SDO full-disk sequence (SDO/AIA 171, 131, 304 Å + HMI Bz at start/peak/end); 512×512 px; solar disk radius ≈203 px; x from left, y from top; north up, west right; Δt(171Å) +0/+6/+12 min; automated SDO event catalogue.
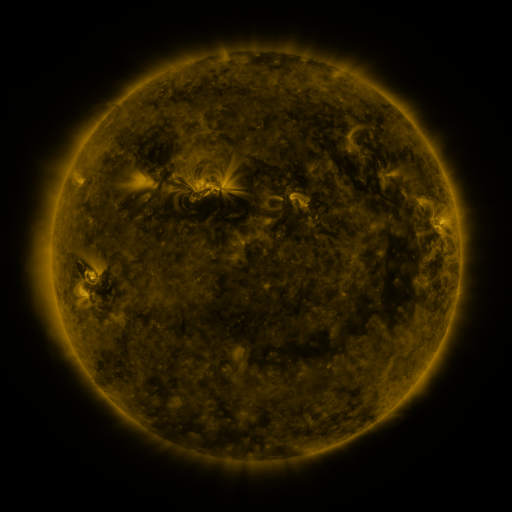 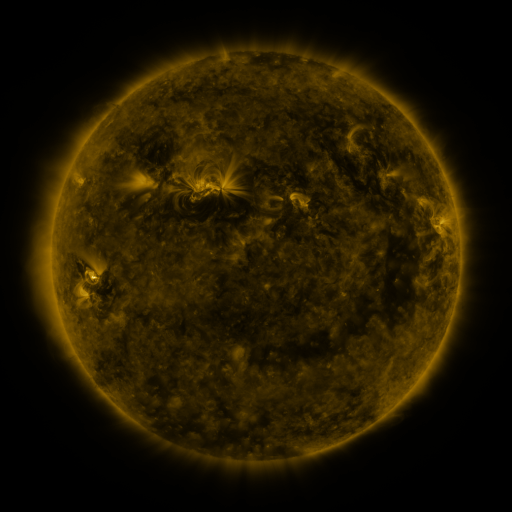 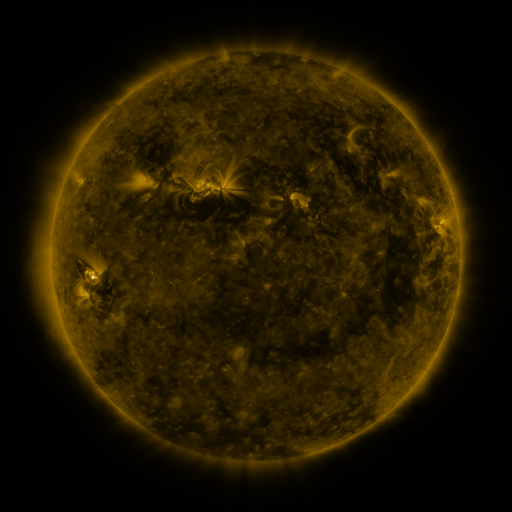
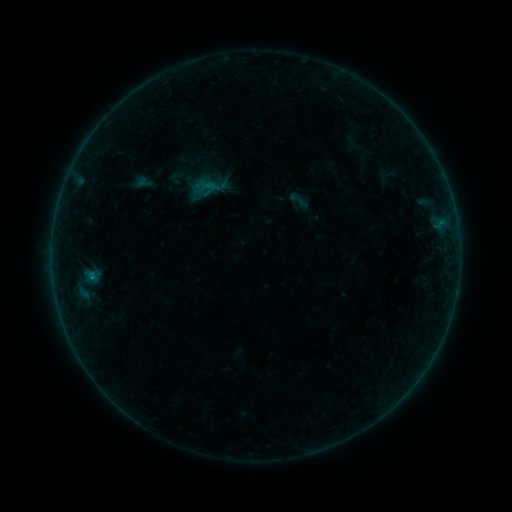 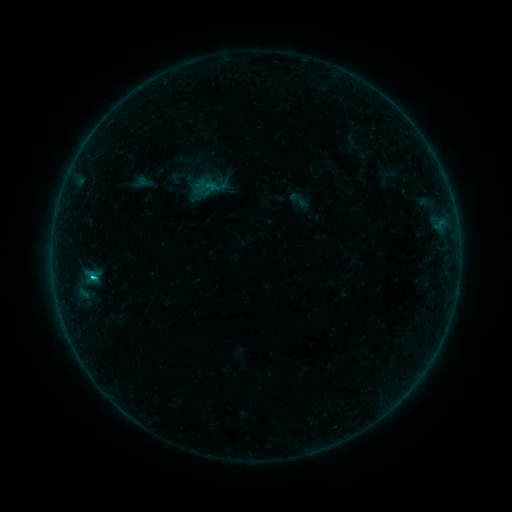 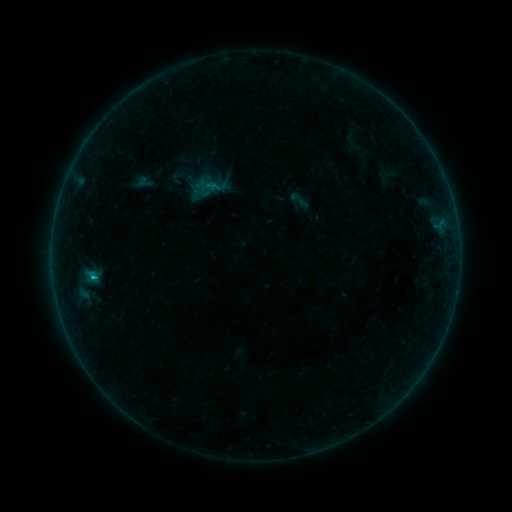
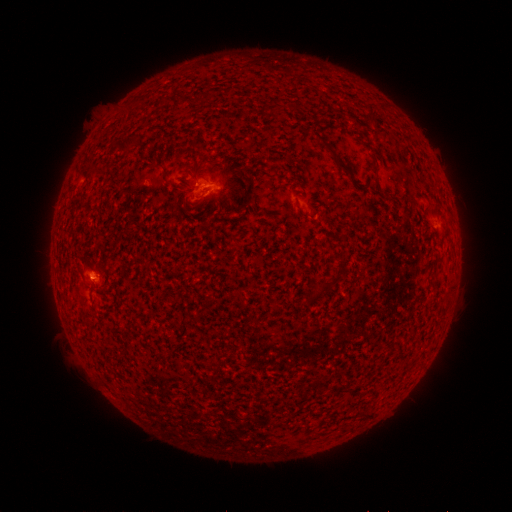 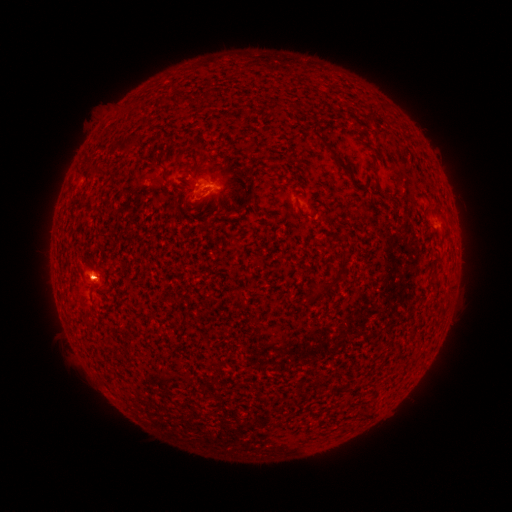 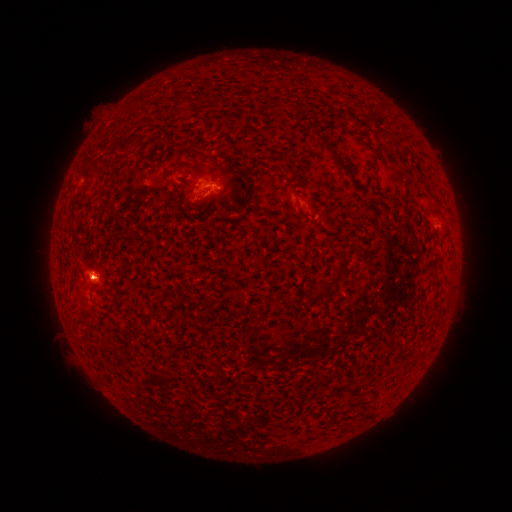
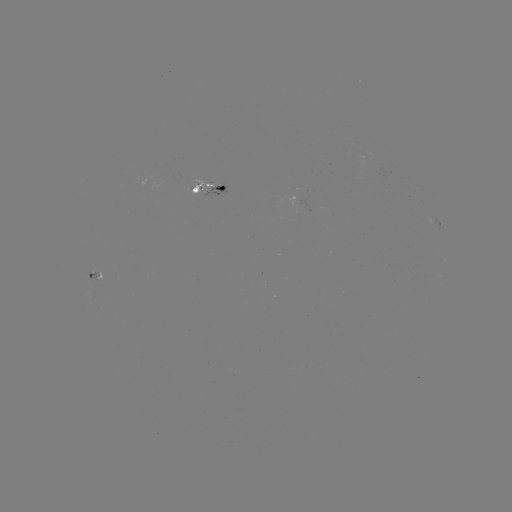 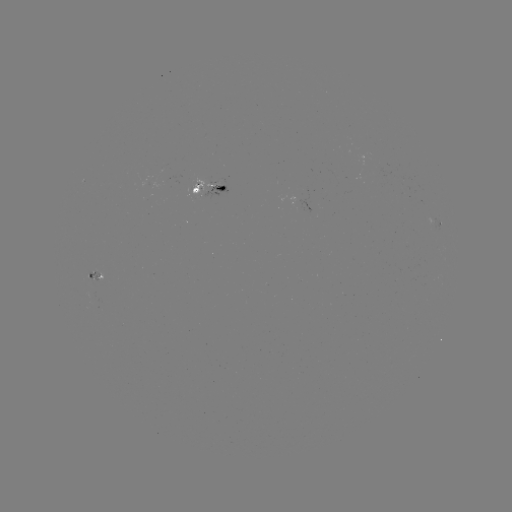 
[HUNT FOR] C1.1 flare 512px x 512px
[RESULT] [93, 277]